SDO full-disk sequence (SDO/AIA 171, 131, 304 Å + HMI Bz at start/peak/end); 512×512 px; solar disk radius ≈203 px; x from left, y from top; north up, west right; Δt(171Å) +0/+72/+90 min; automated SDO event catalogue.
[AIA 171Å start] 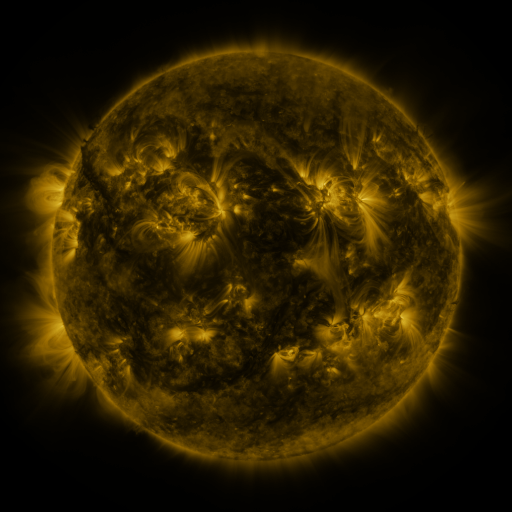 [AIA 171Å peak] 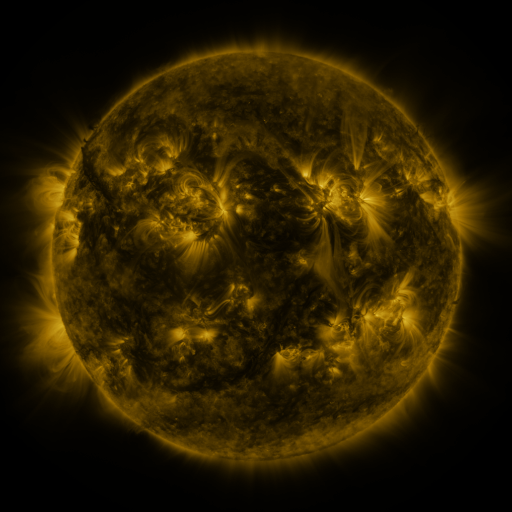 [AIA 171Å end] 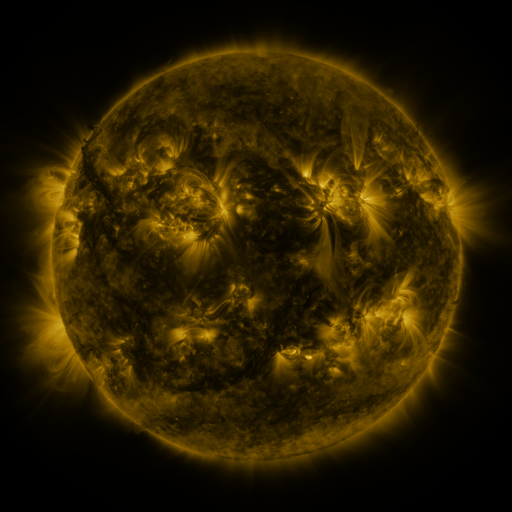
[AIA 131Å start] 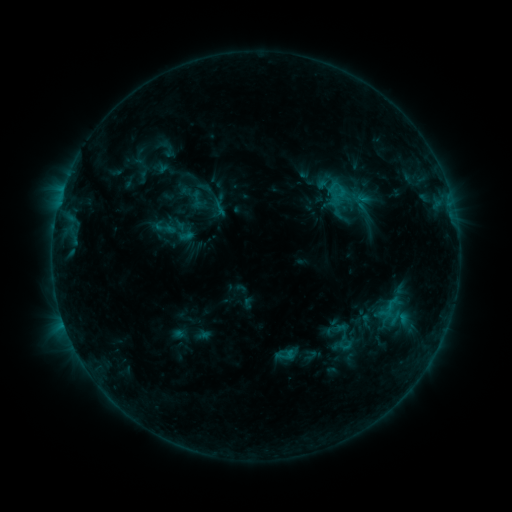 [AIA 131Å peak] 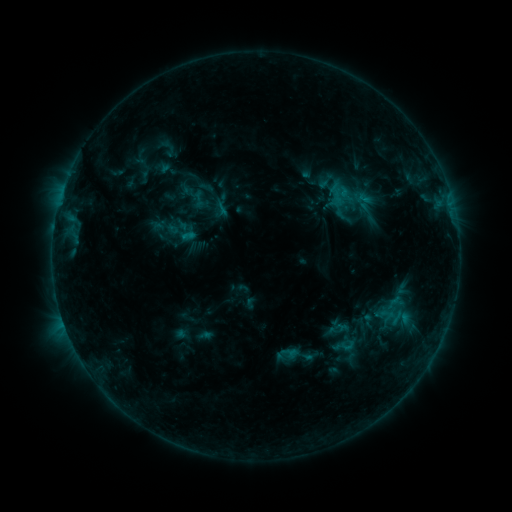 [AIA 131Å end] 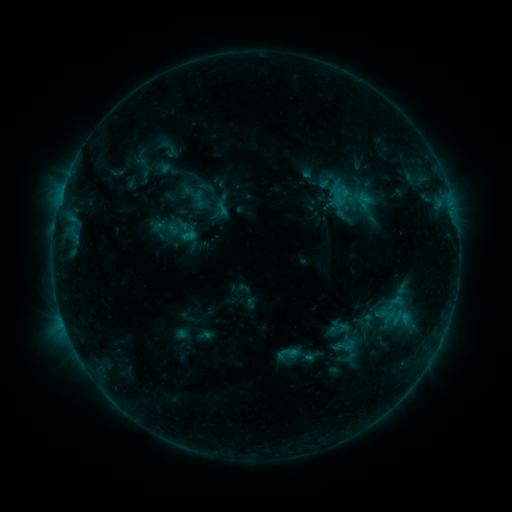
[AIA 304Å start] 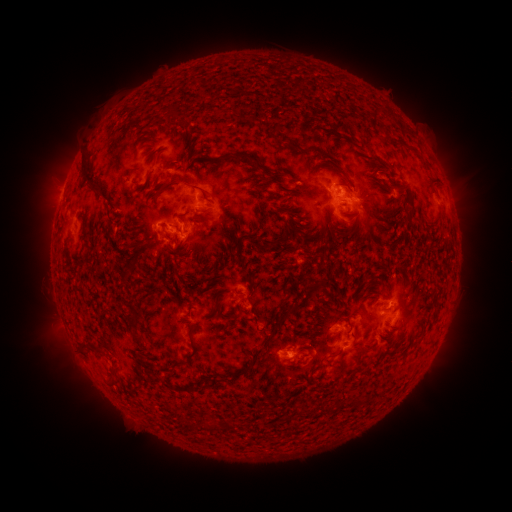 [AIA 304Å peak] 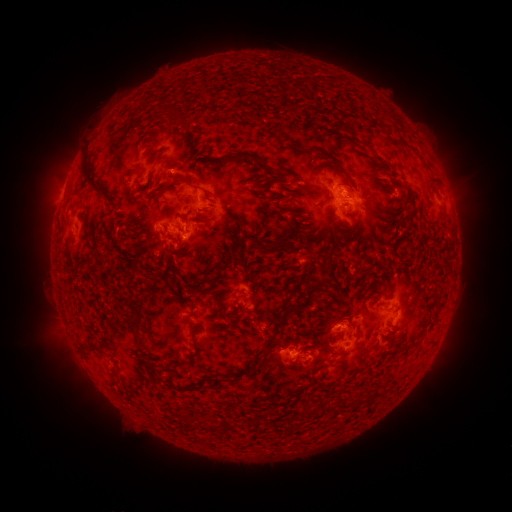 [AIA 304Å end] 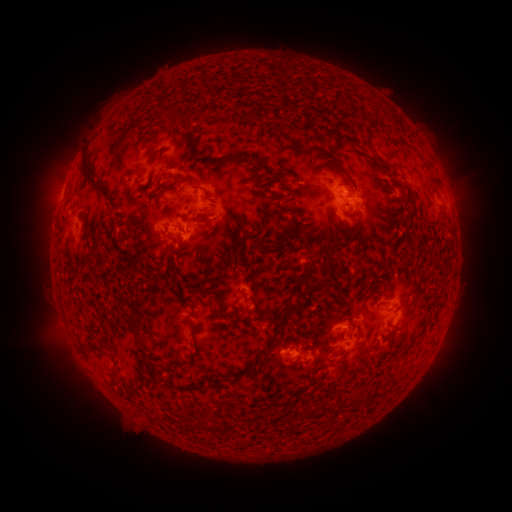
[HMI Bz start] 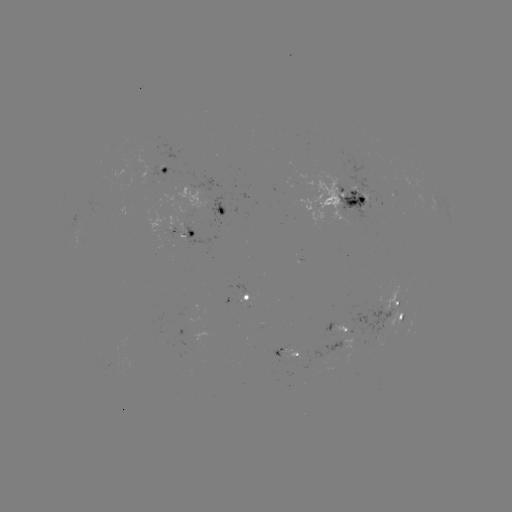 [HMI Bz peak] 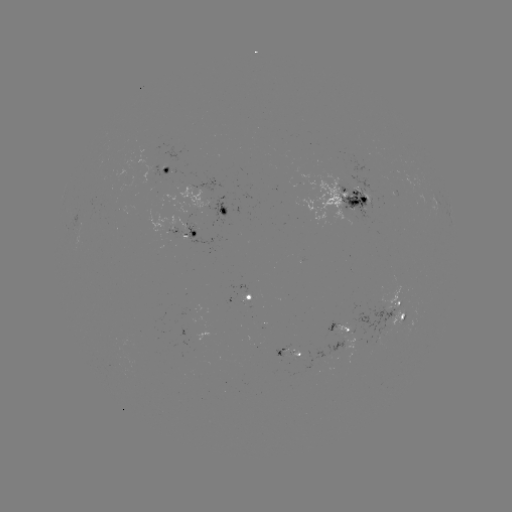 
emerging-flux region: [352, 299, 395, 334]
